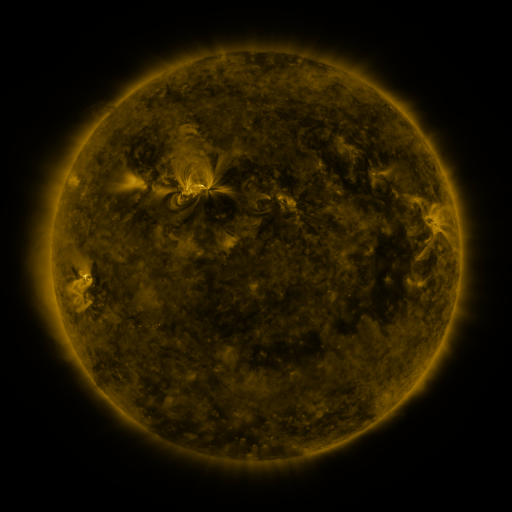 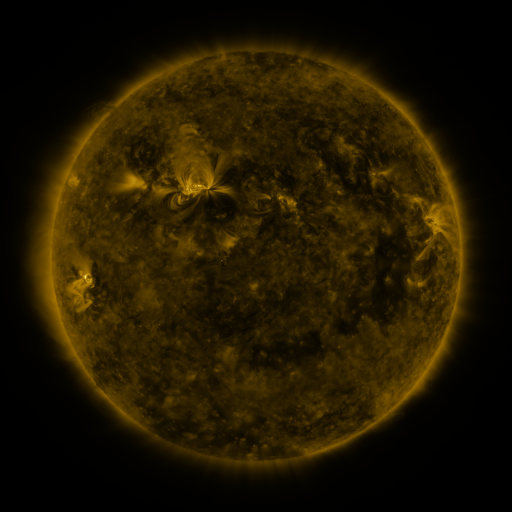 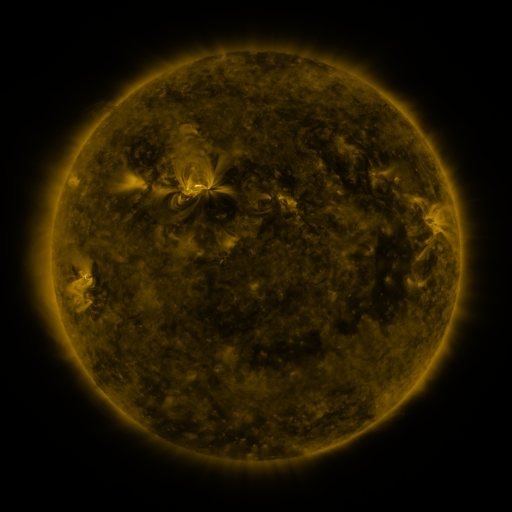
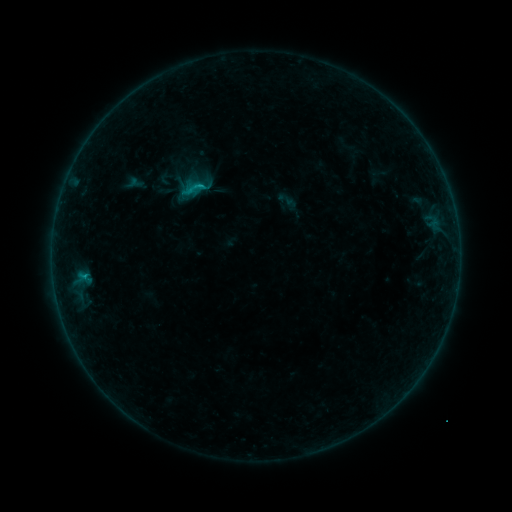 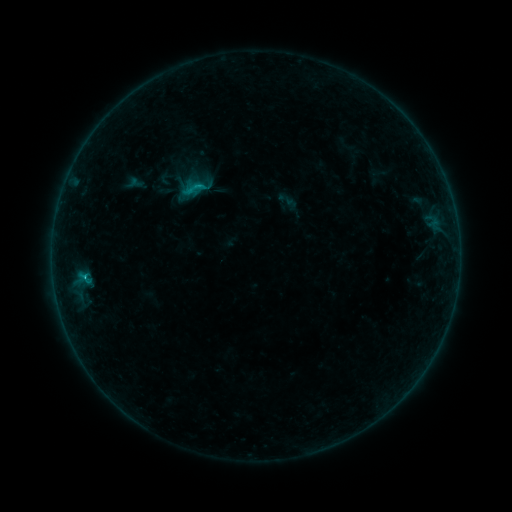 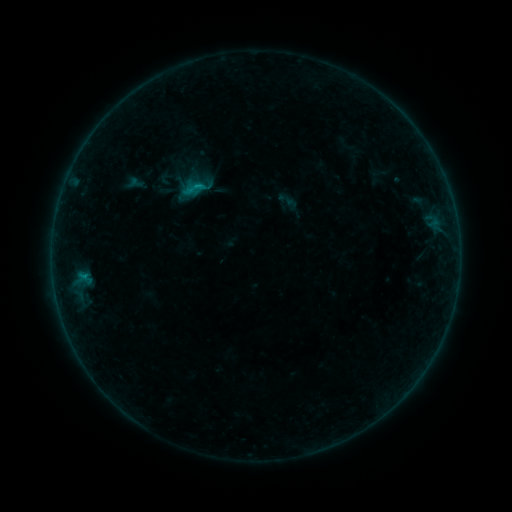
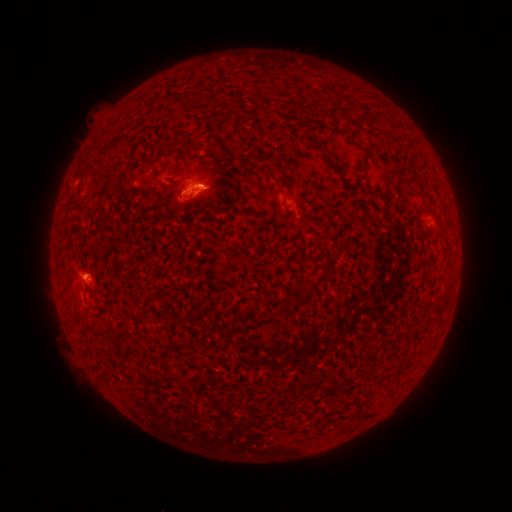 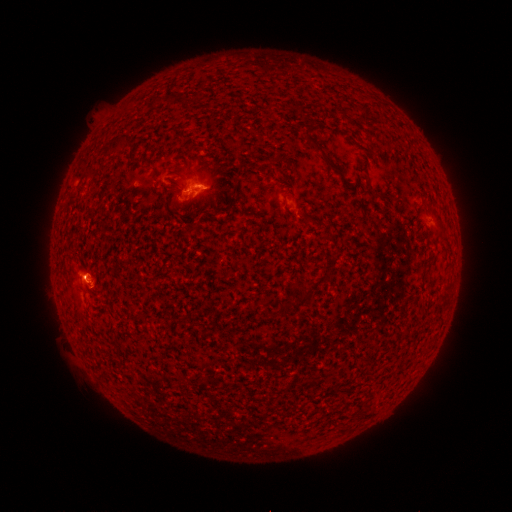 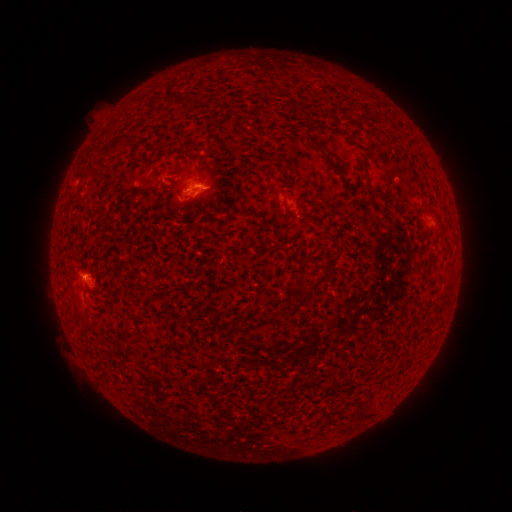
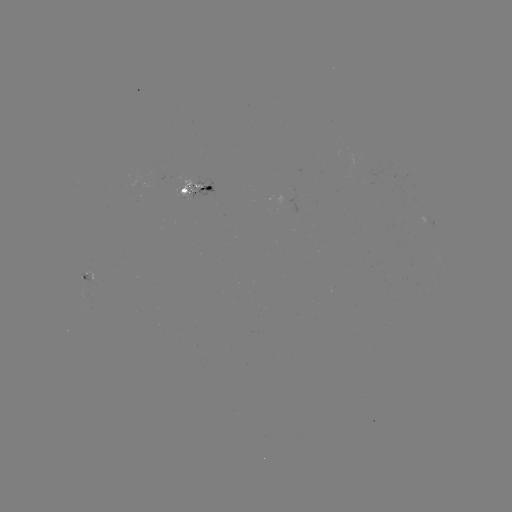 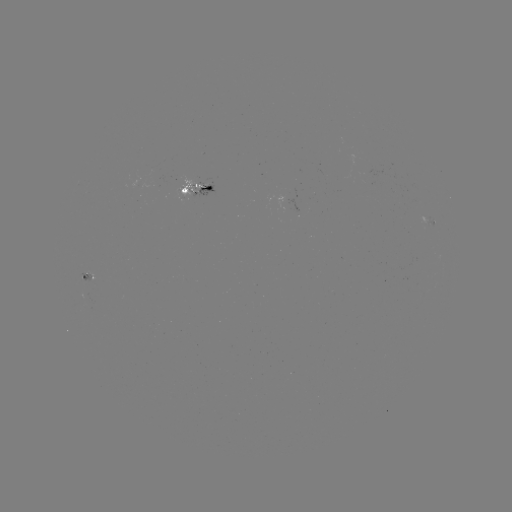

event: flare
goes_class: B9.1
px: (85, 275)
